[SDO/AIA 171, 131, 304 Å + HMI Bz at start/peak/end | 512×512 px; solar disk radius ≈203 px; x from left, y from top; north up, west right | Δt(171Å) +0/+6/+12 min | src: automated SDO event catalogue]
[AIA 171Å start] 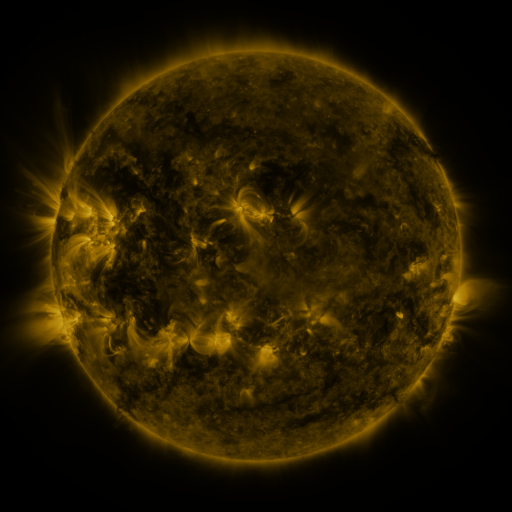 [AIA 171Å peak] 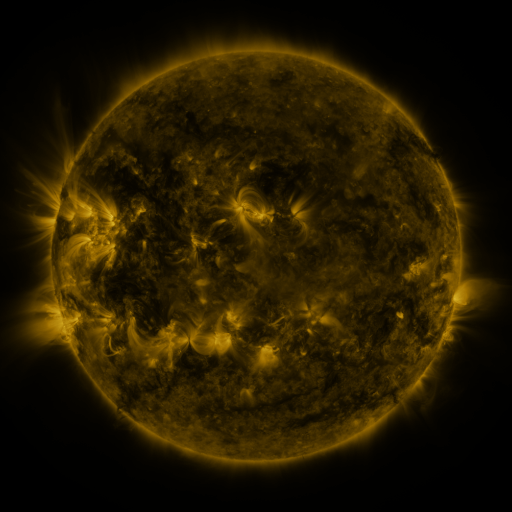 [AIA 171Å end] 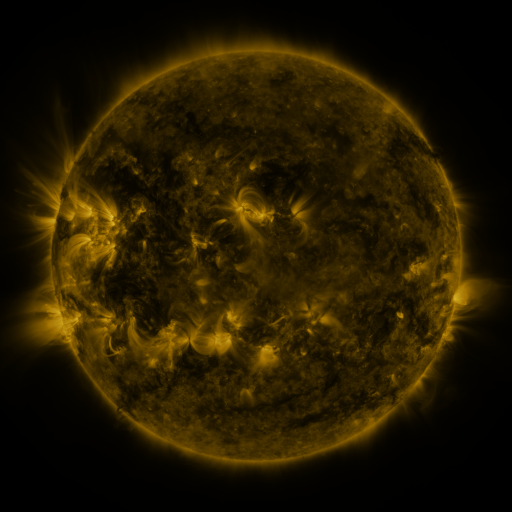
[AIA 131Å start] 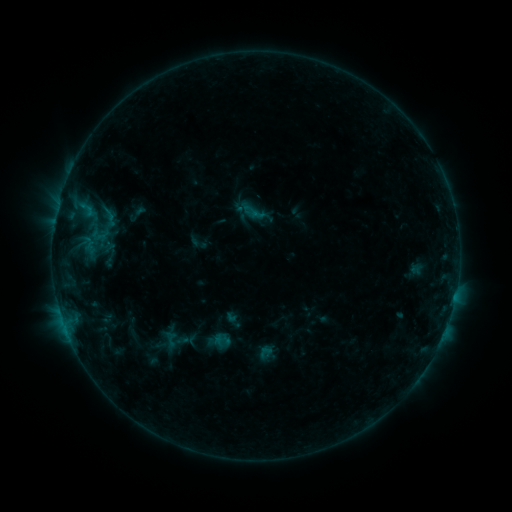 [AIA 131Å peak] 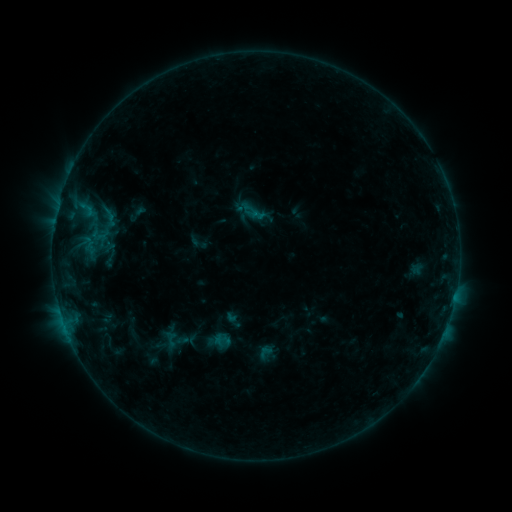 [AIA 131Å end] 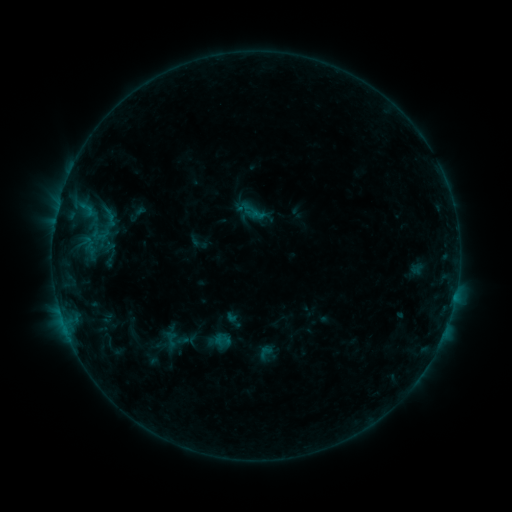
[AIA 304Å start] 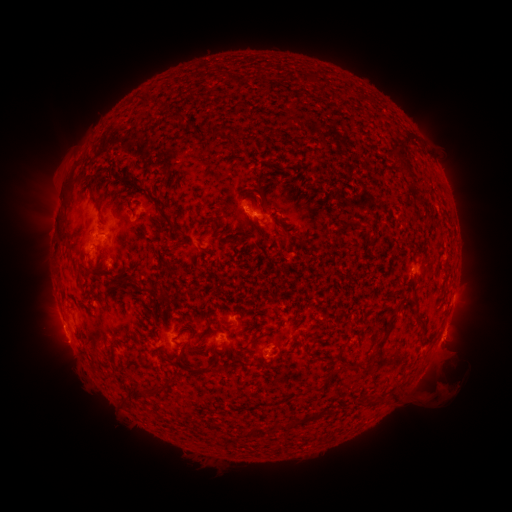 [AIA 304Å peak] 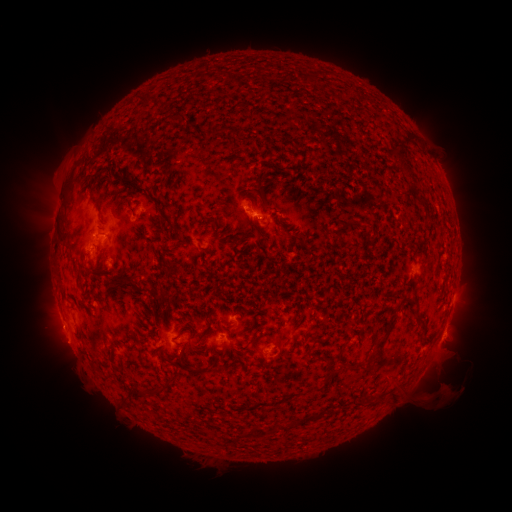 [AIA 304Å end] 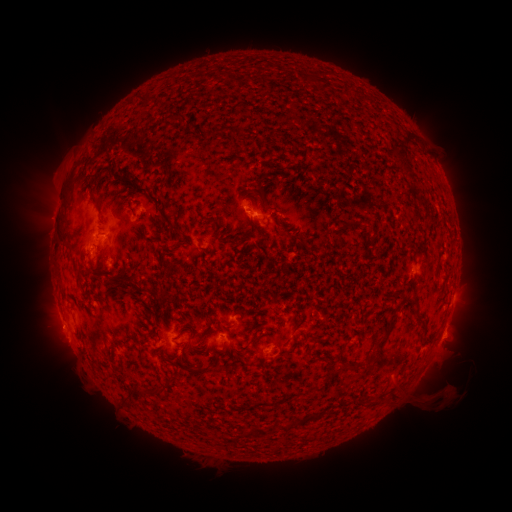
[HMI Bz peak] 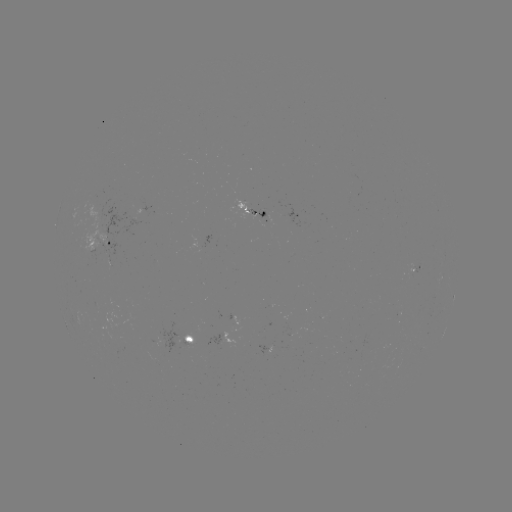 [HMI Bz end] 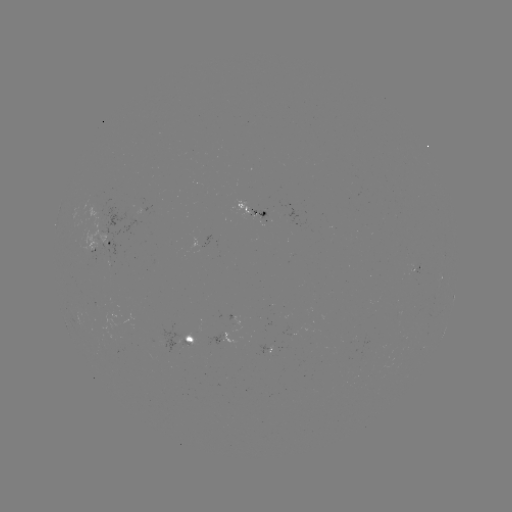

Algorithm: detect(eruption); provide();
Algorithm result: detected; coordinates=[451, 387]